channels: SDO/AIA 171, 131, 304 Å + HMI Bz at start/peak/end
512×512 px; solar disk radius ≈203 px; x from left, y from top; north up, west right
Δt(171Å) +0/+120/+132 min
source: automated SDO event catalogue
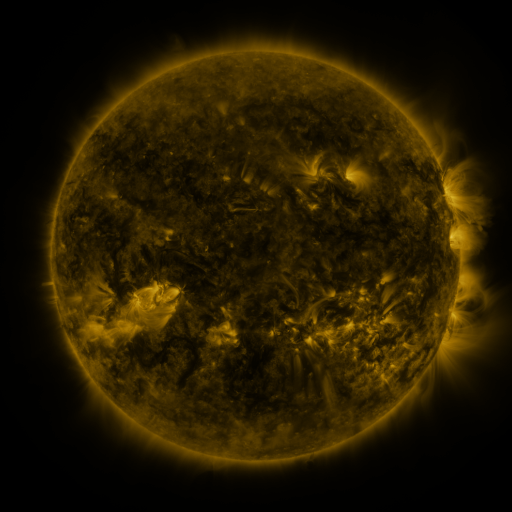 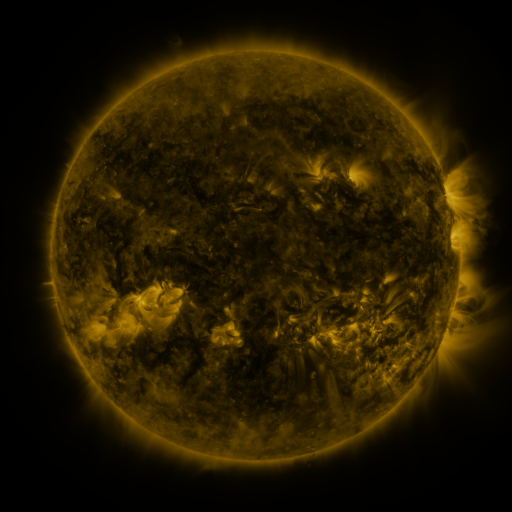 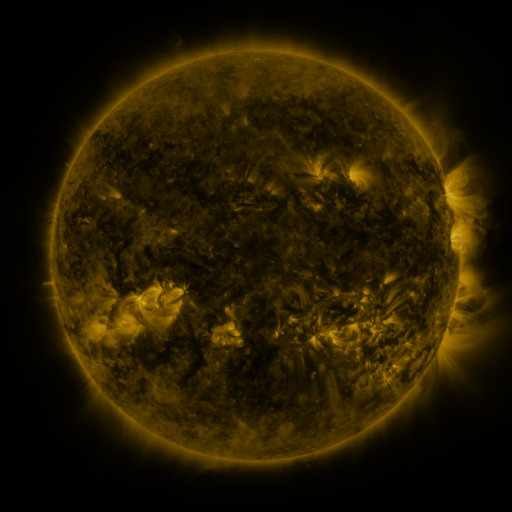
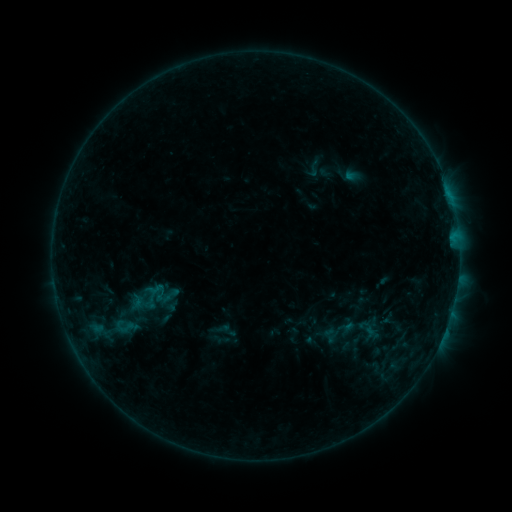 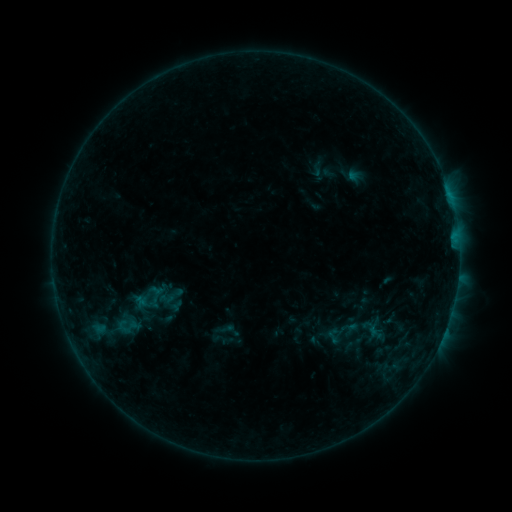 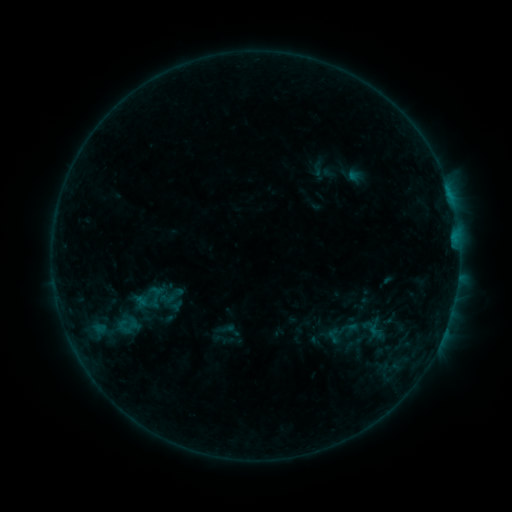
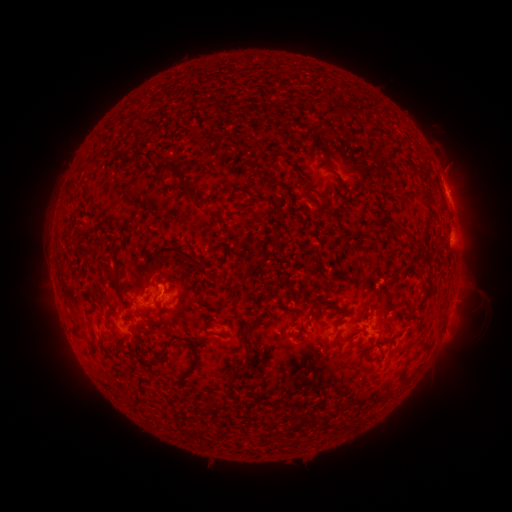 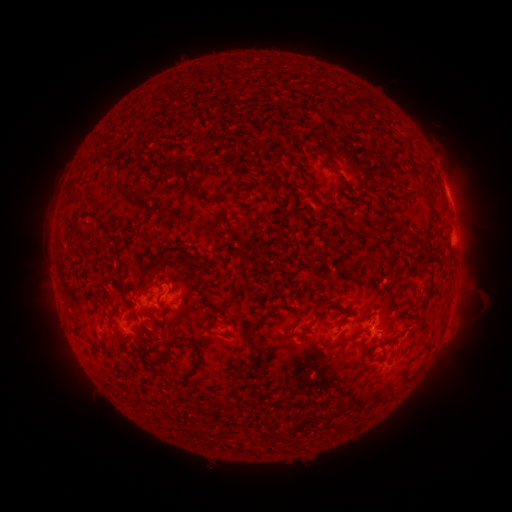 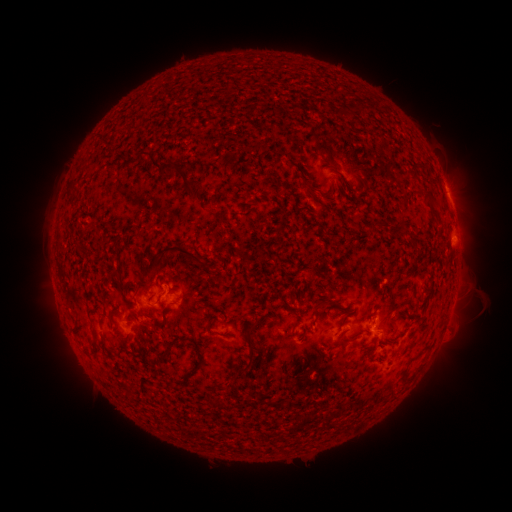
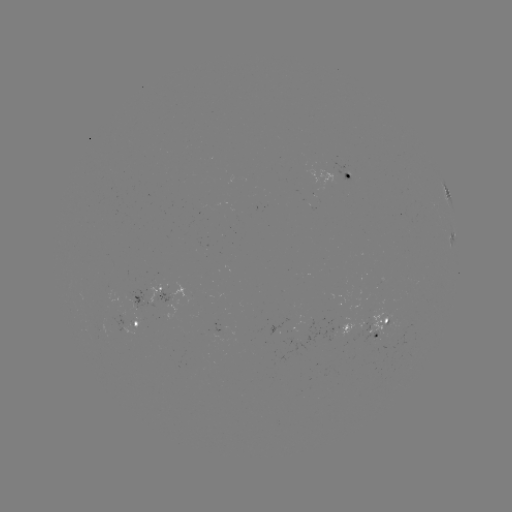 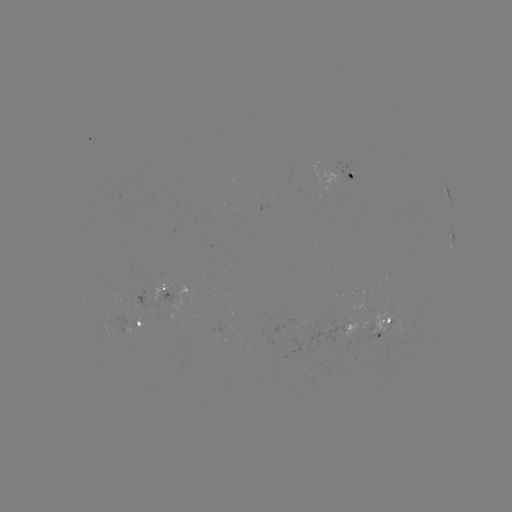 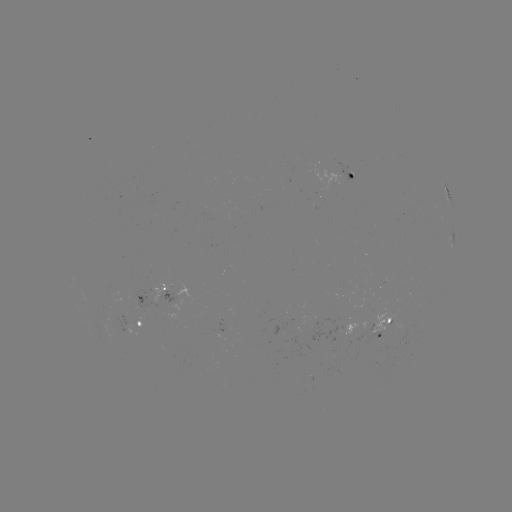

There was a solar emerging-flux region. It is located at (169, 300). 